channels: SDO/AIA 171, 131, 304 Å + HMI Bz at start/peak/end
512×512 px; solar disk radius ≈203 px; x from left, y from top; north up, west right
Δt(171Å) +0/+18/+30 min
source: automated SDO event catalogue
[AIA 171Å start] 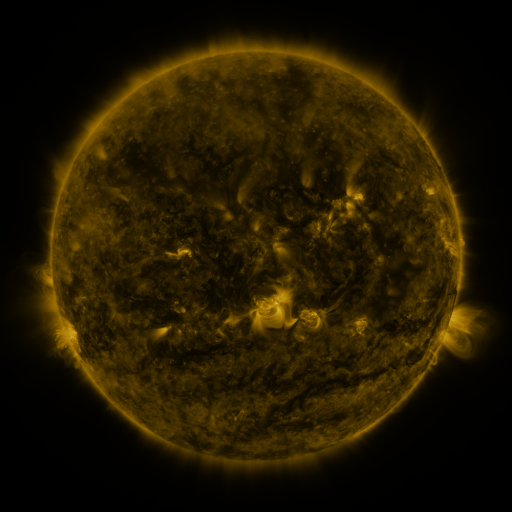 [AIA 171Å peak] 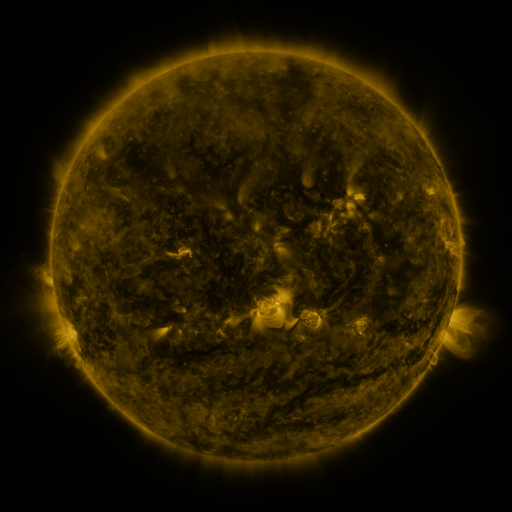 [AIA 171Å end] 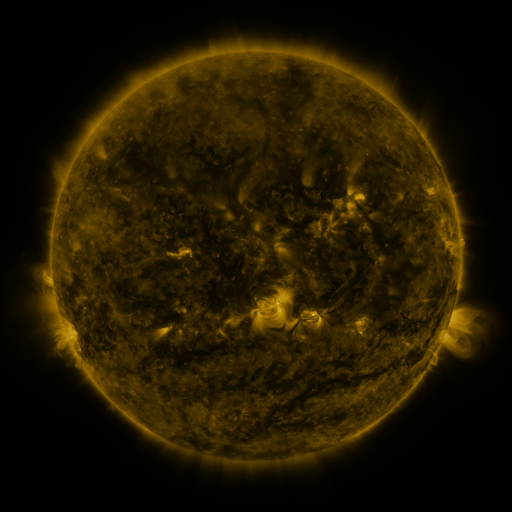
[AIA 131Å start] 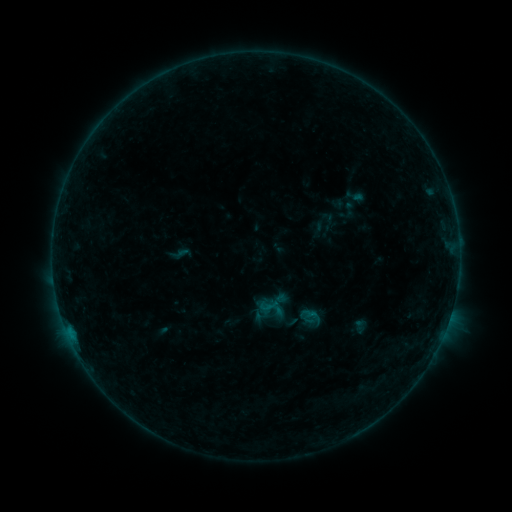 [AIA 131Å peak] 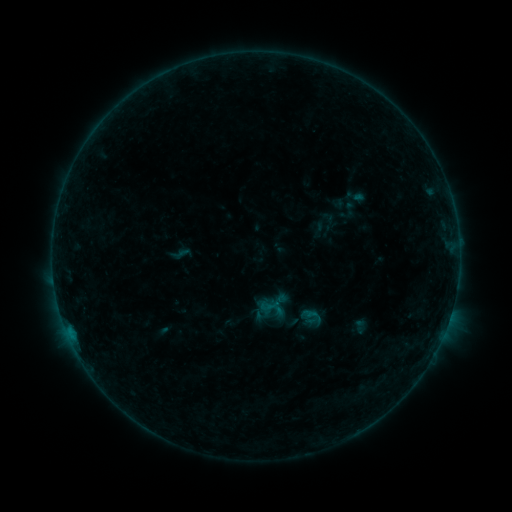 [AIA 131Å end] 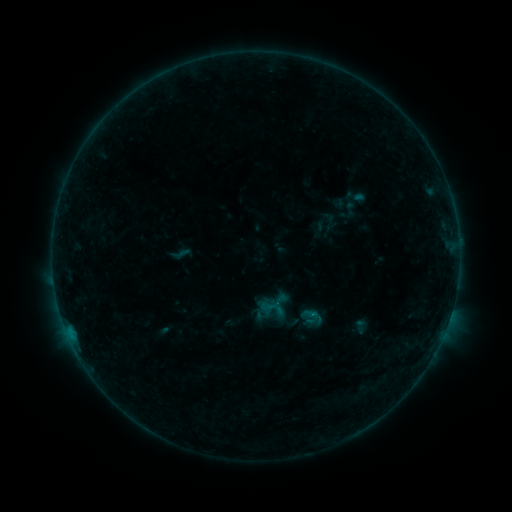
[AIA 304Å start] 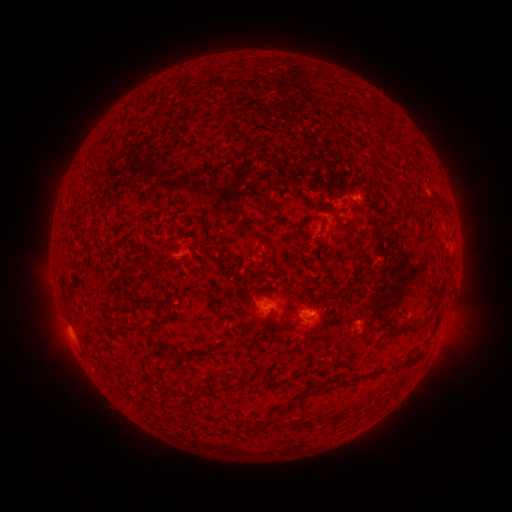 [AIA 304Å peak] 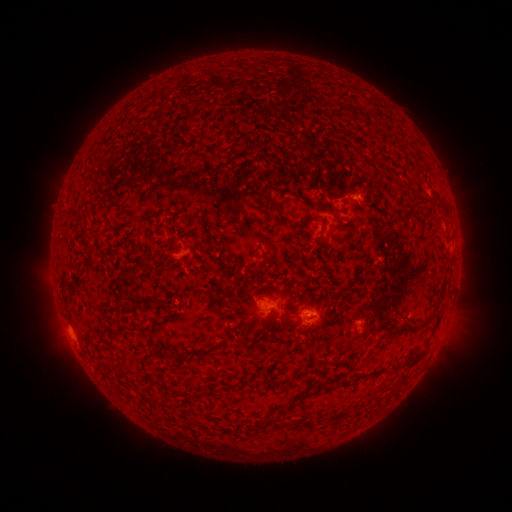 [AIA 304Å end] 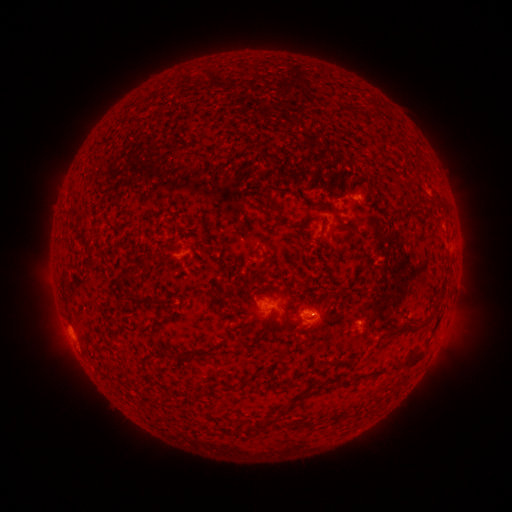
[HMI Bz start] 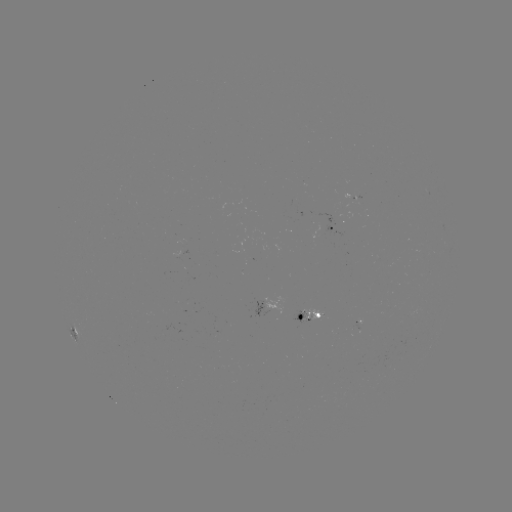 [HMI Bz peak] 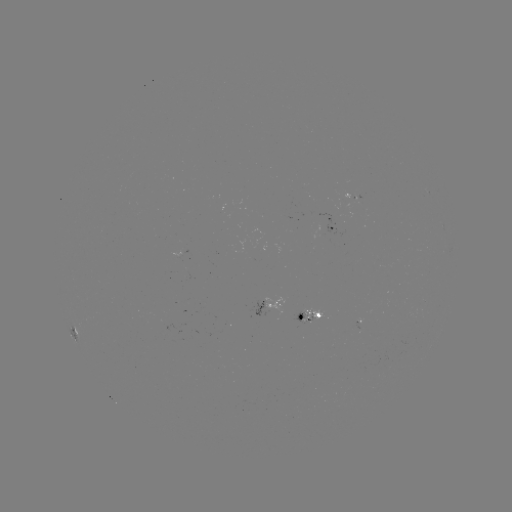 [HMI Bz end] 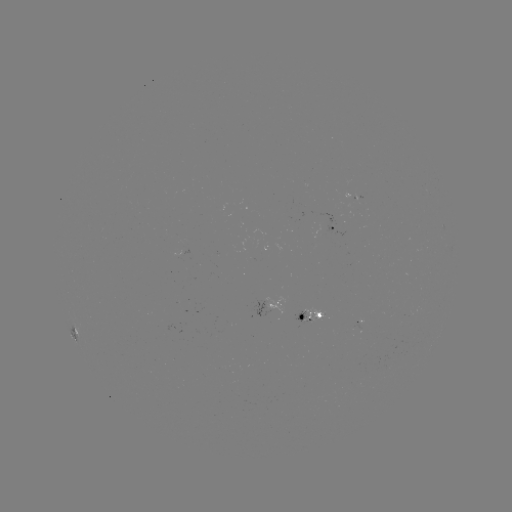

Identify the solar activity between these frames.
nothing was catalogued: no classed flare, no EUV trigger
